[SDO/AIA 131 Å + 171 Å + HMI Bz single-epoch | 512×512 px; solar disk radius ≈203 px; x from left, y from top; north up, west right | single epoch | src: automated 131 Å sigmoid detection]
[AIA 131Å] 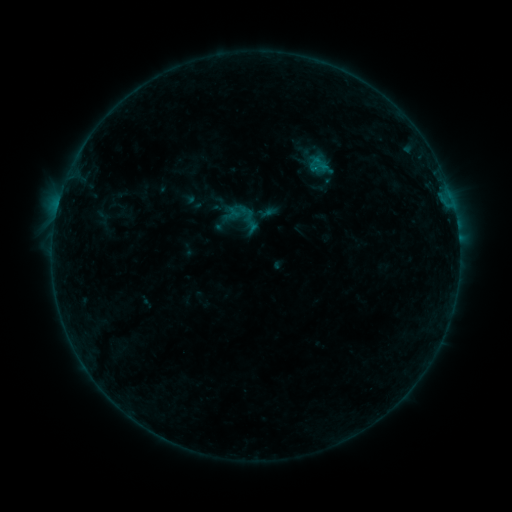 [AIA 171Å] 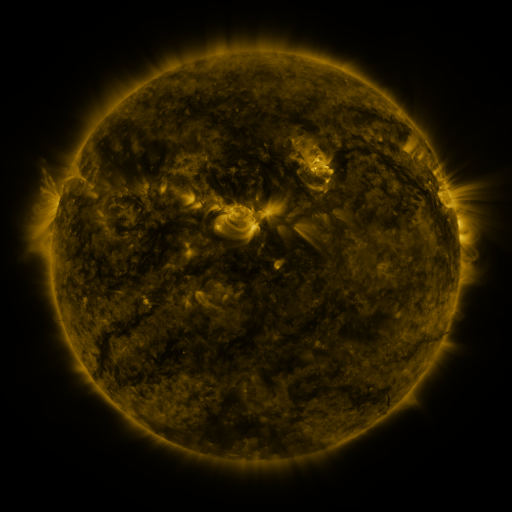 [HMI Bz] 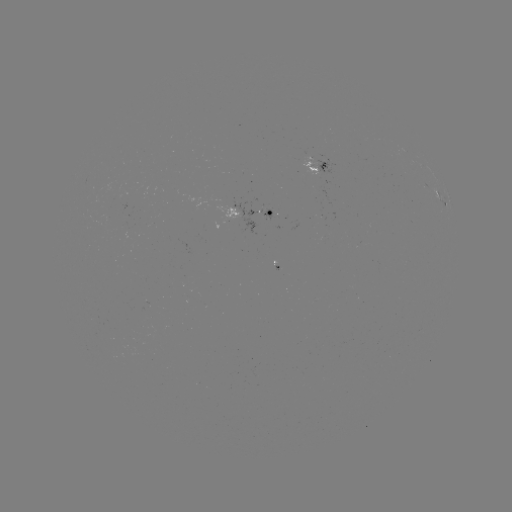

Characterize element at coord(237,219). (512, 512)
sigmoid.